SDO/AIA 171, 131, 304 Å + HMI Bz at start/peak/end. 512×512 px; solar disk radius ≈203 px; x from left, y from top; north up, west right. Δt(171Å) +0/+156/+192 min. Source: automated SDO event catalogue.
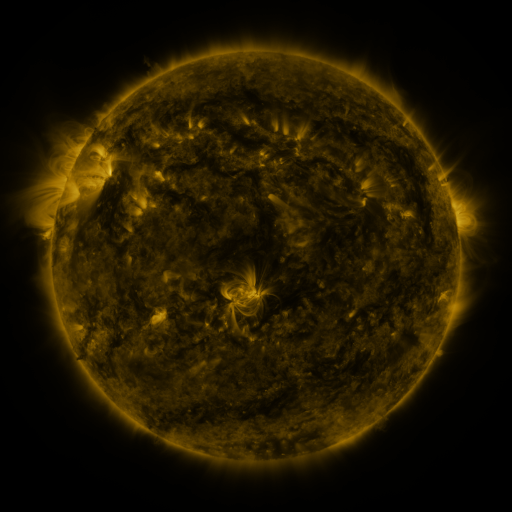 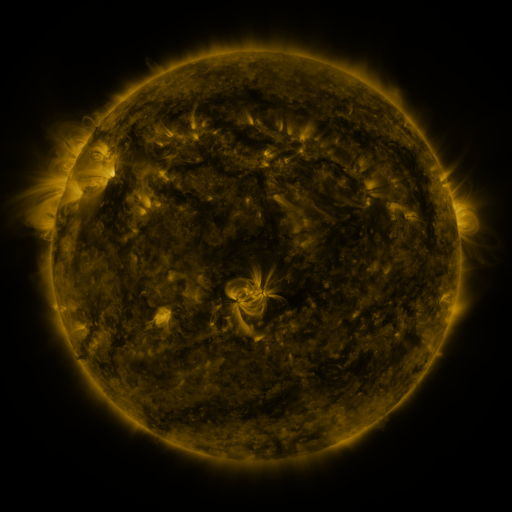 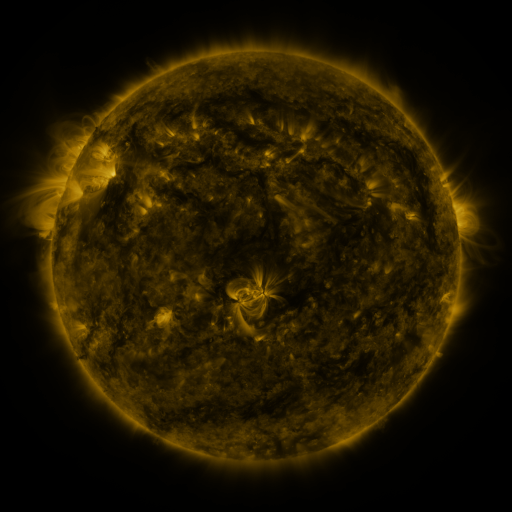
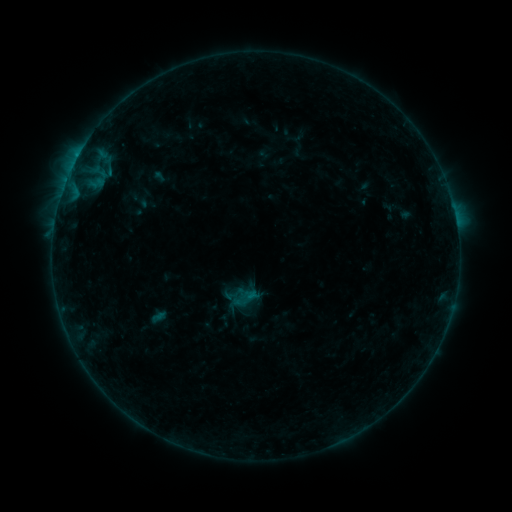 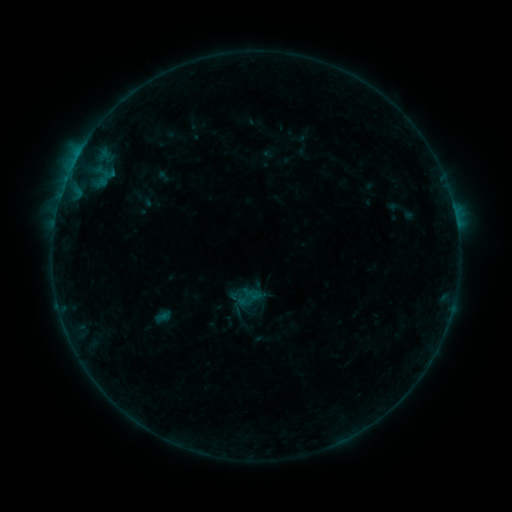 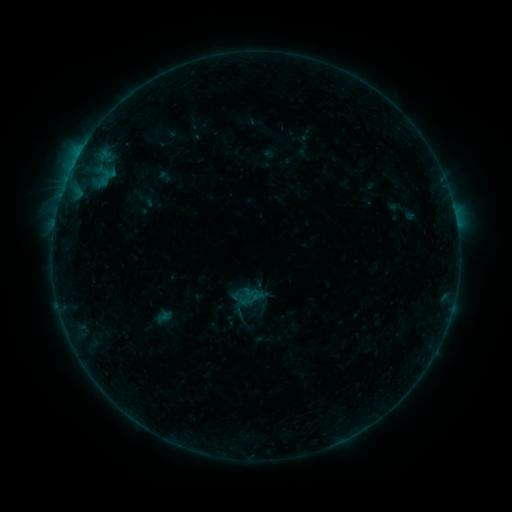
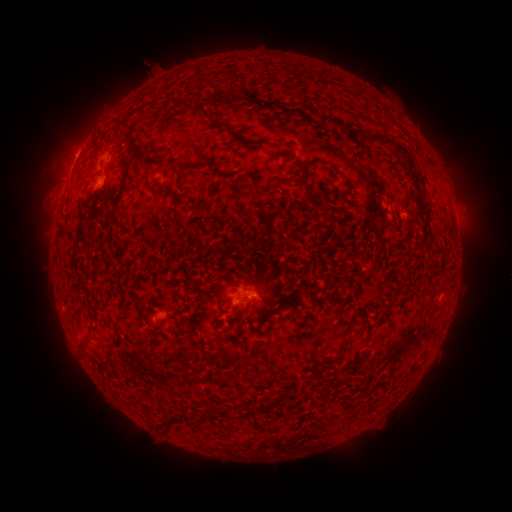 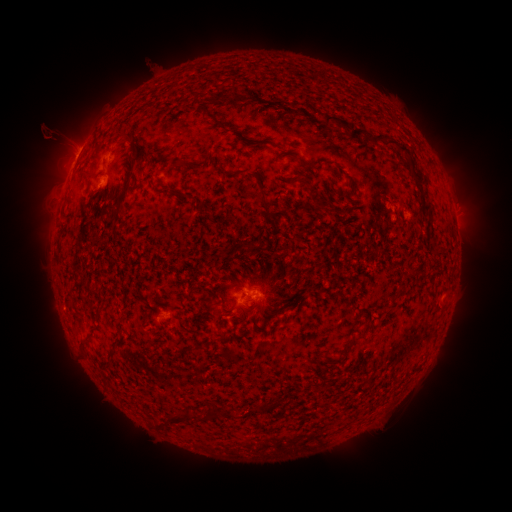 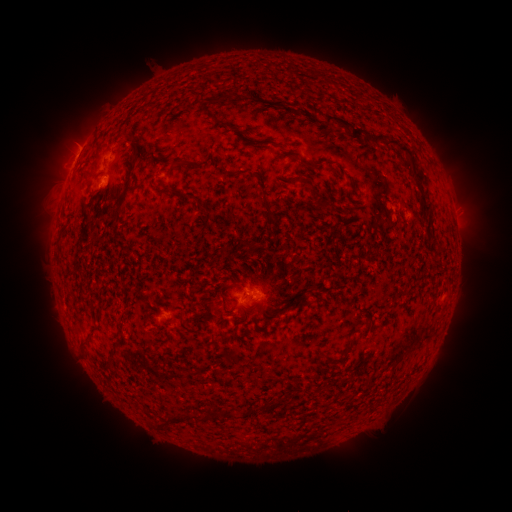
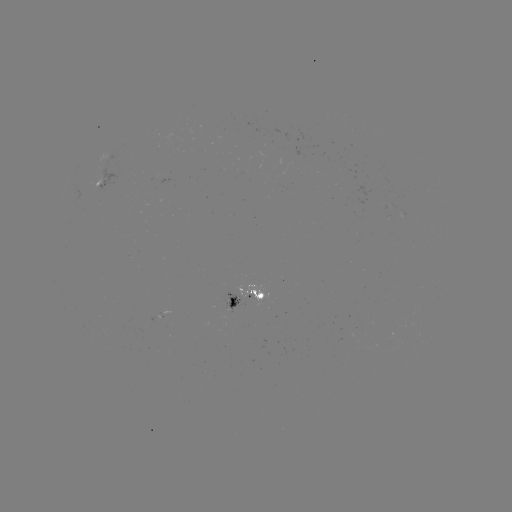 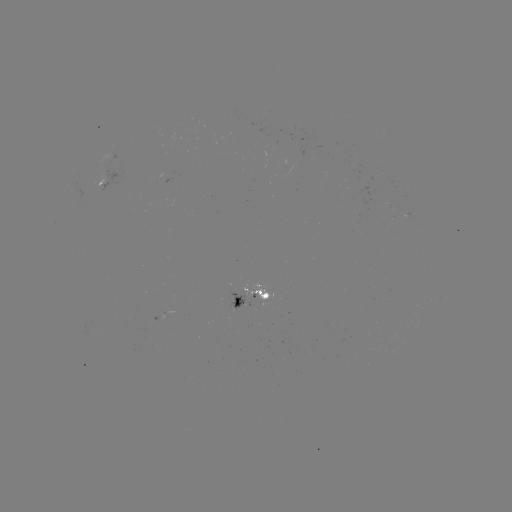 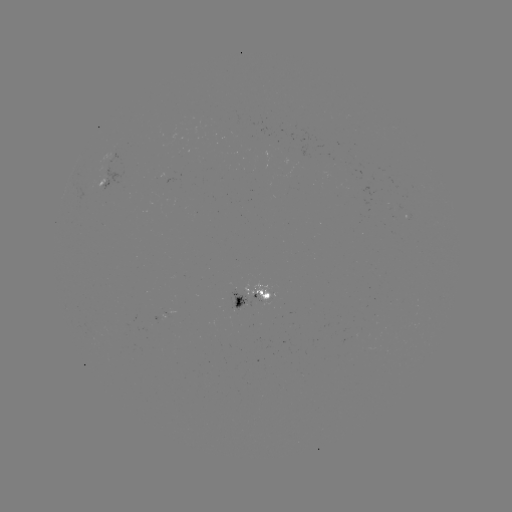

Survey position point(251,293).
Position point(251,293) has emerging-flux region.